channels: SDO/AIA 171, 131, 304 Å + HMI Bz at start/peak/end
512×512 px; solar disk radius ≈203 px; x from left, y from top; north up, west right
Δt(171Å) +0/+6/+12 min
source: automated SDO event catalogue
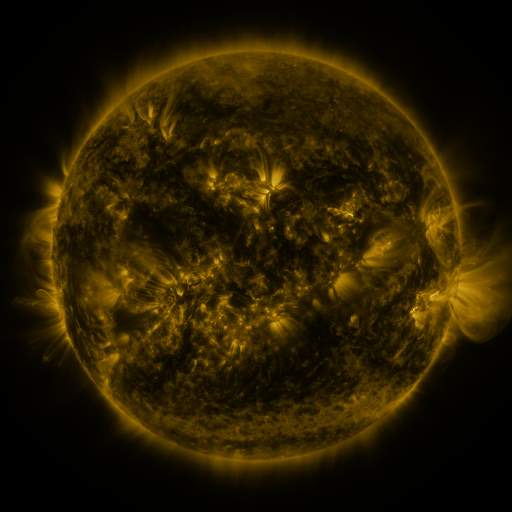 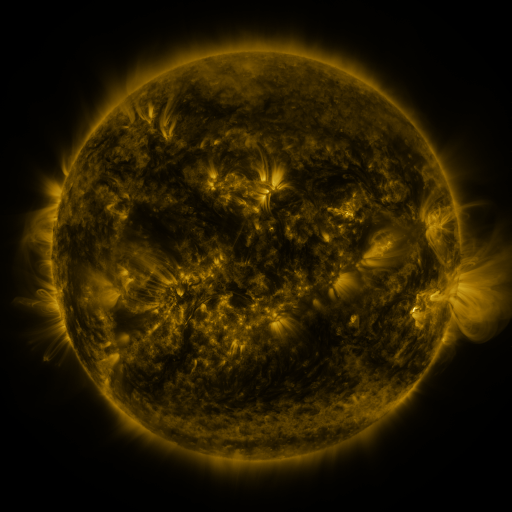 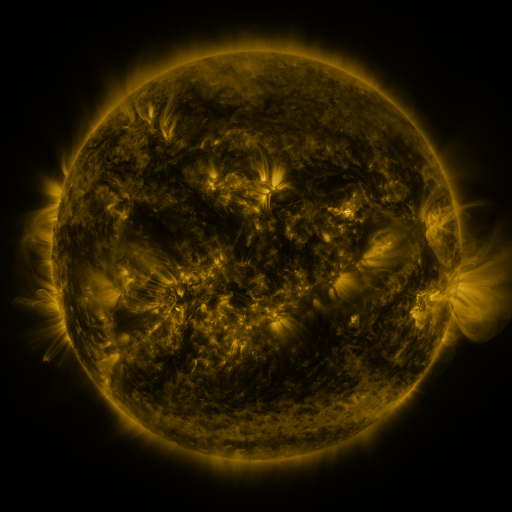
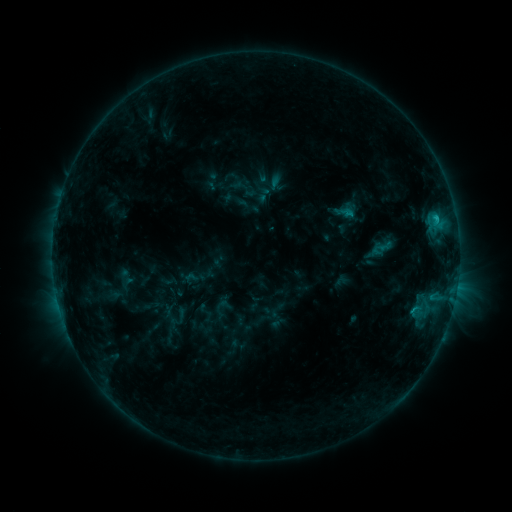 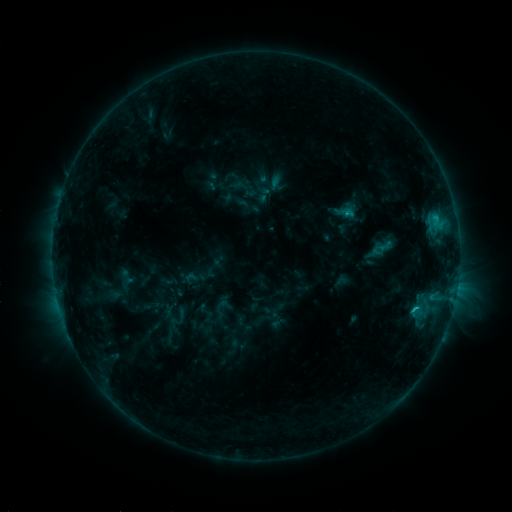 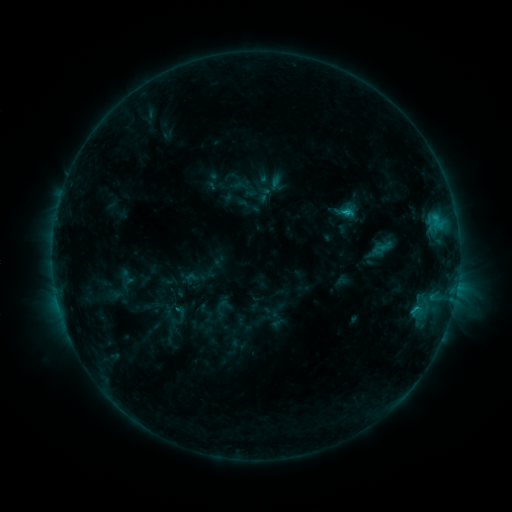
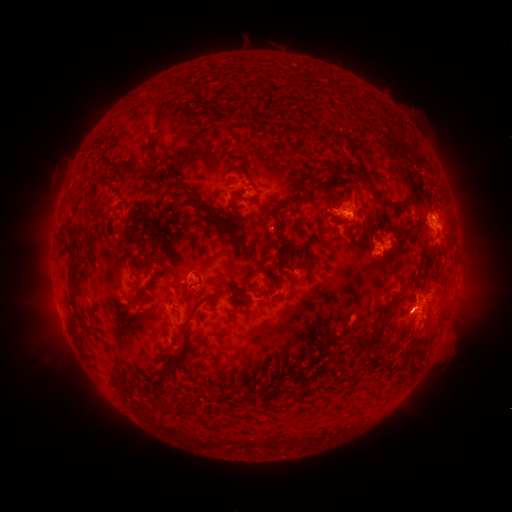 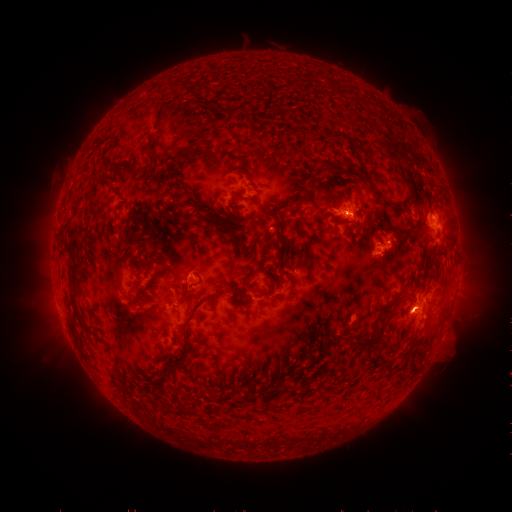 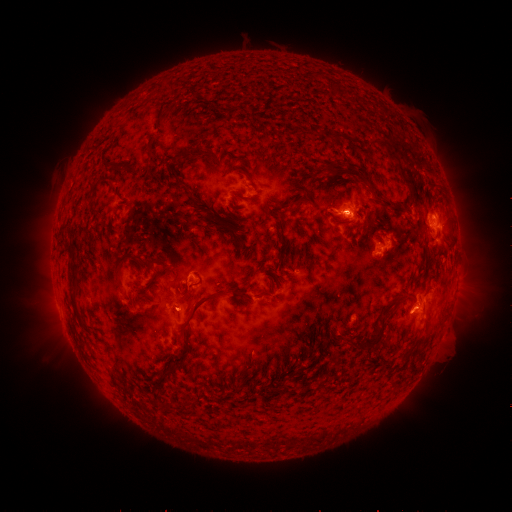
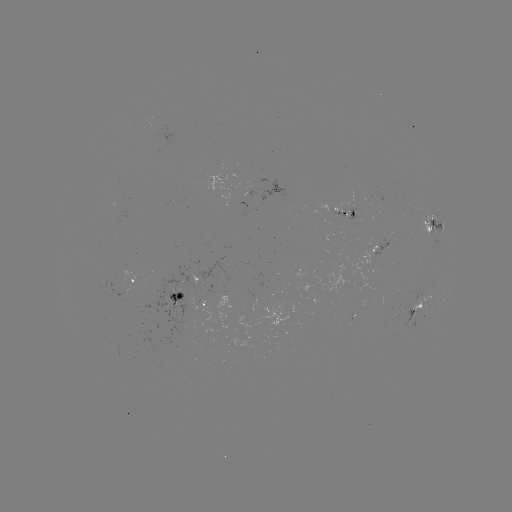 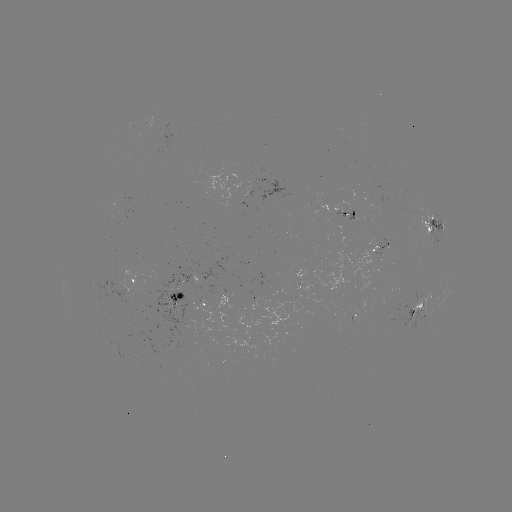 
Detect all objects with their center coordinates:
C2.0 flare: (415, 307)
